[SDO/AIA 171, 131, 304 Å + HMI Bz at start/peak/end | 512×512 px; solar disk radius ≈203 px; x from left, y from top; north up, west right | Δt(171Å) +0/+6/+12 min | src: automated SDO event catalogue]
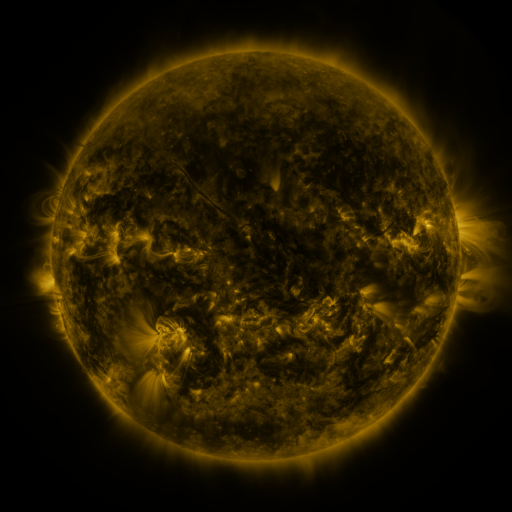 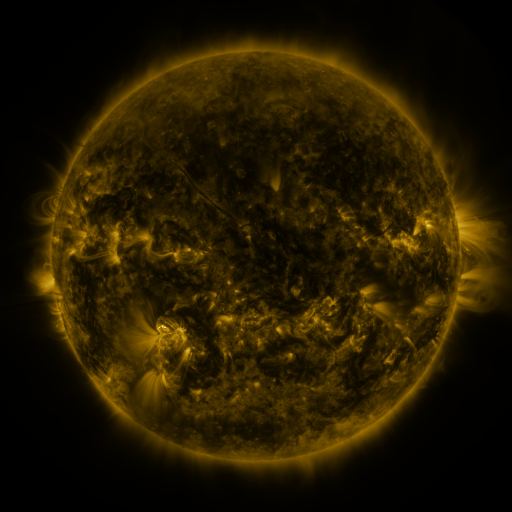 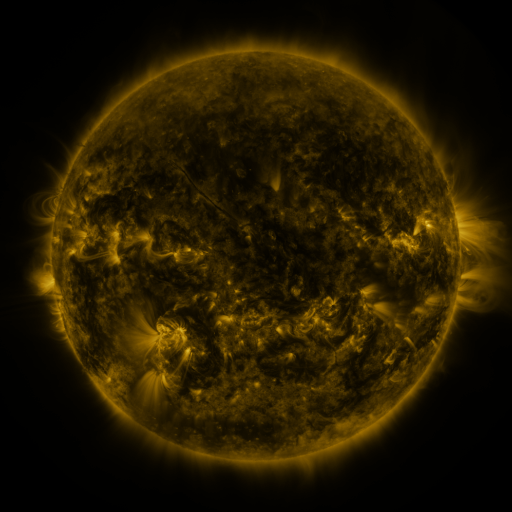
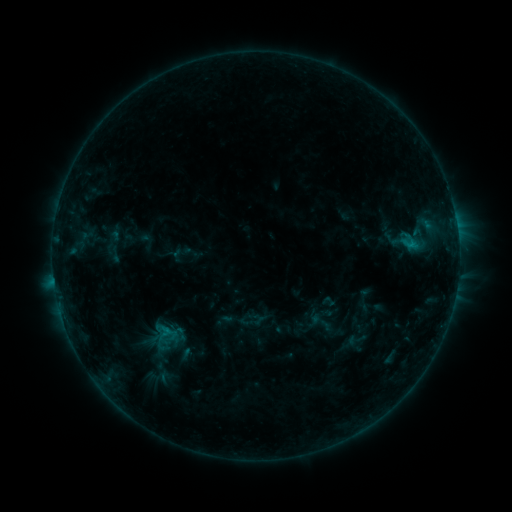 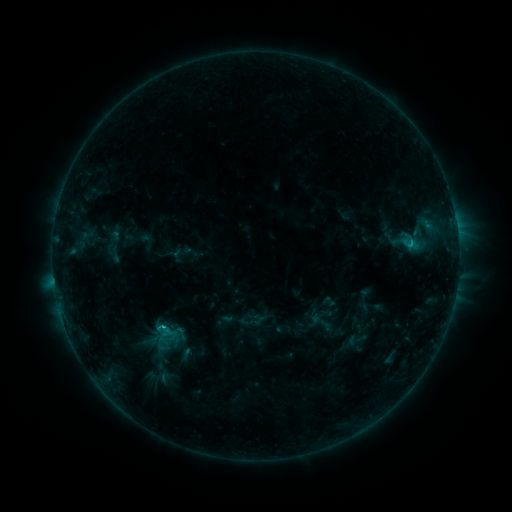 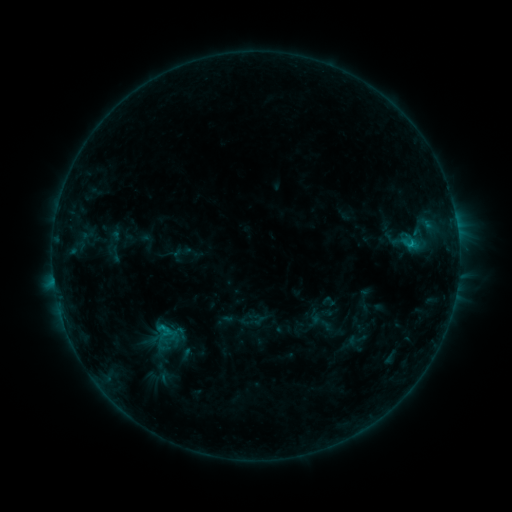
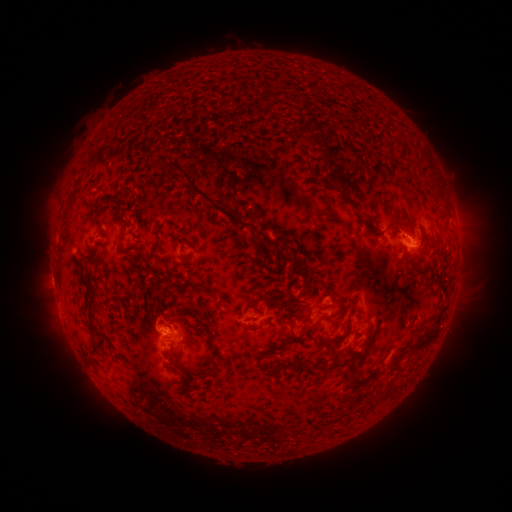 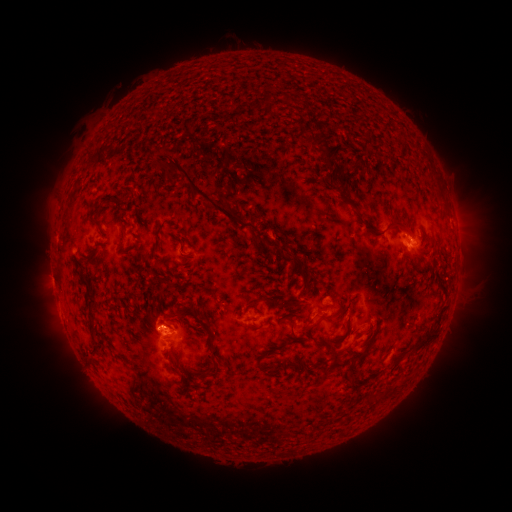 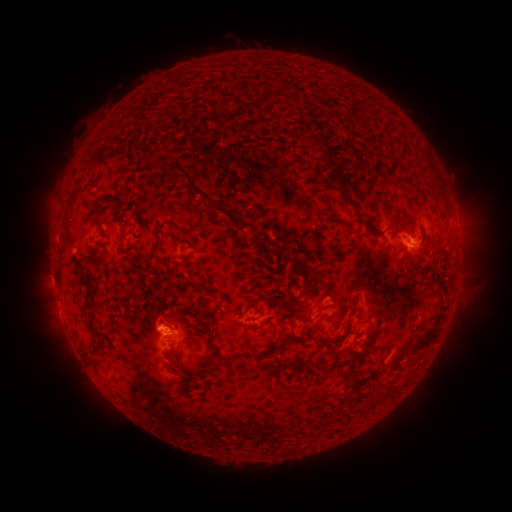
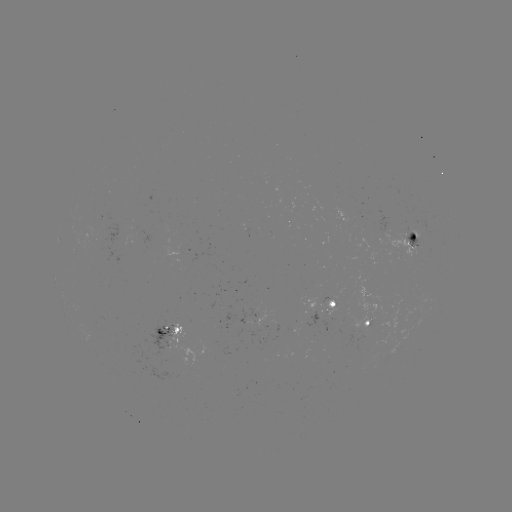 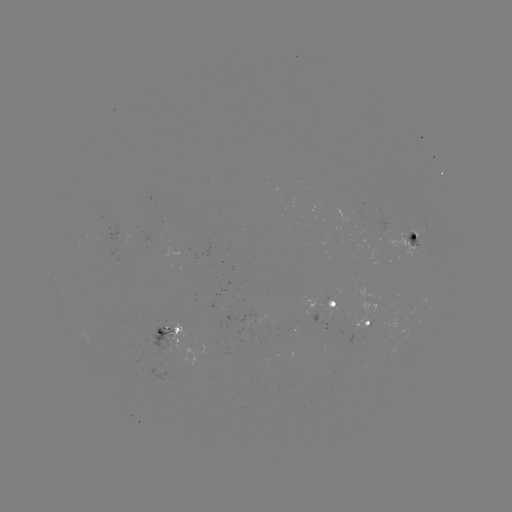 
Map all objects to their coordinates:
B8.9 flare: (408, 247)
